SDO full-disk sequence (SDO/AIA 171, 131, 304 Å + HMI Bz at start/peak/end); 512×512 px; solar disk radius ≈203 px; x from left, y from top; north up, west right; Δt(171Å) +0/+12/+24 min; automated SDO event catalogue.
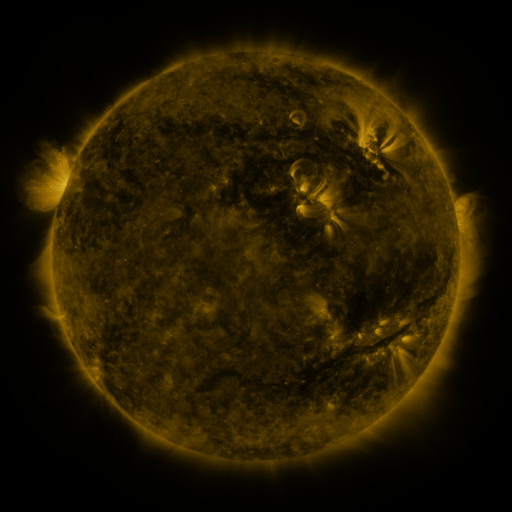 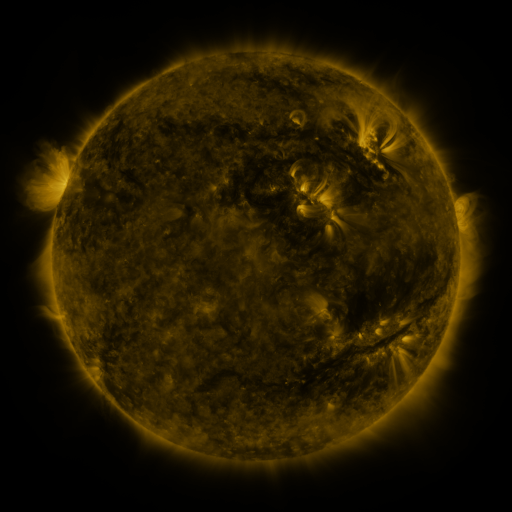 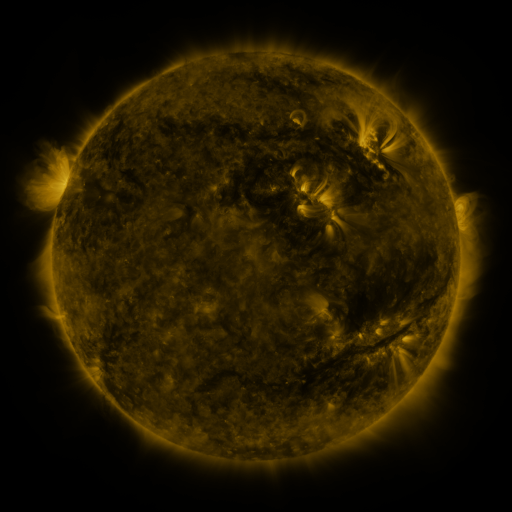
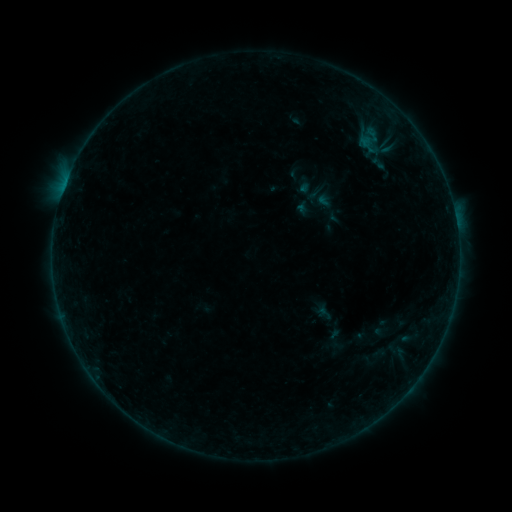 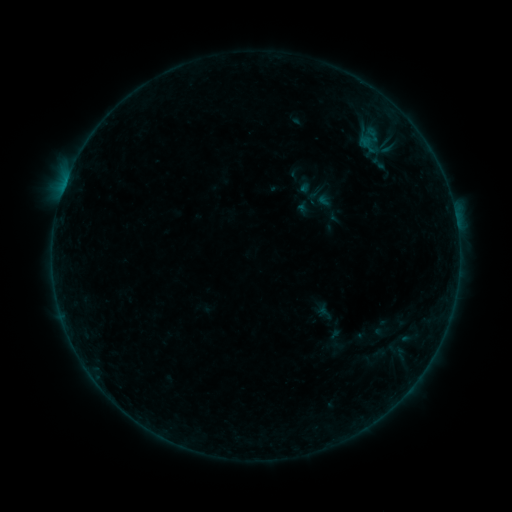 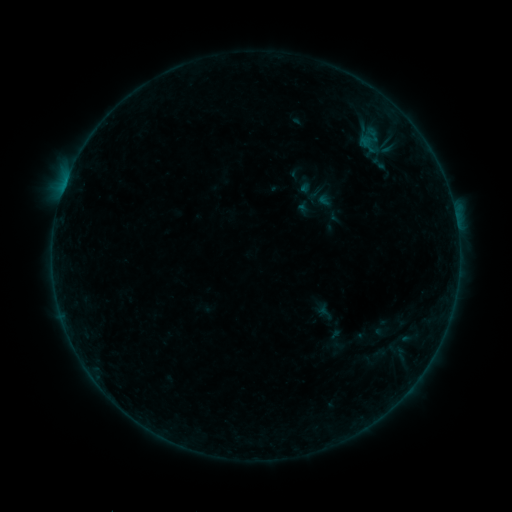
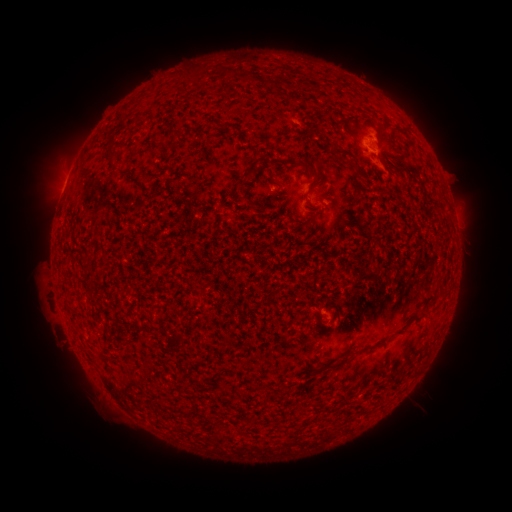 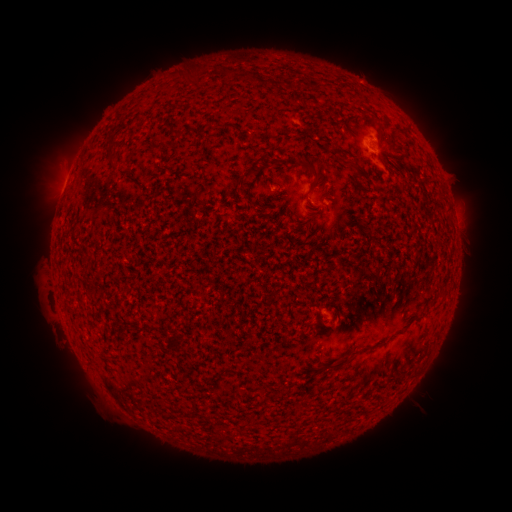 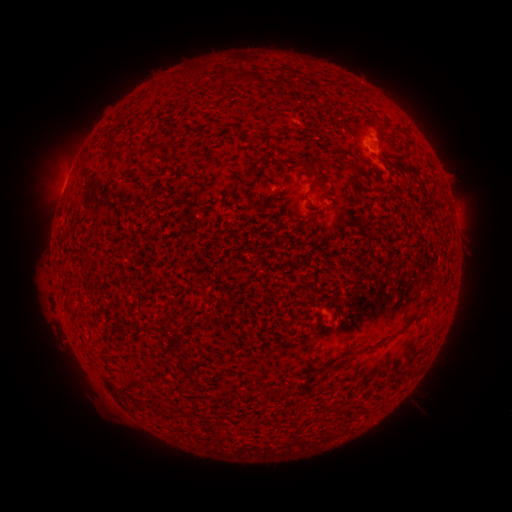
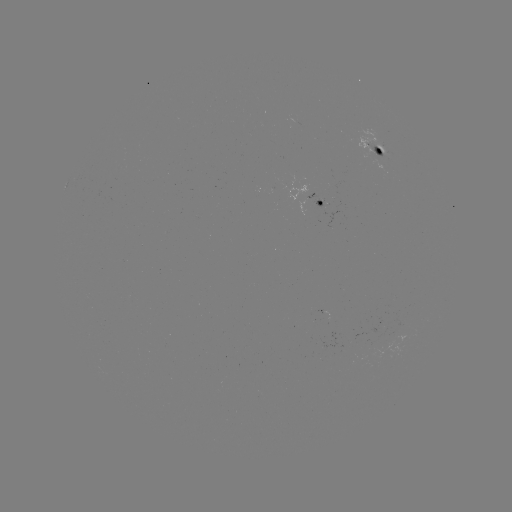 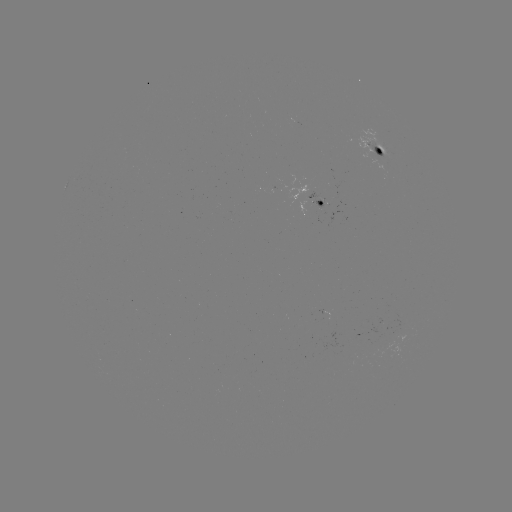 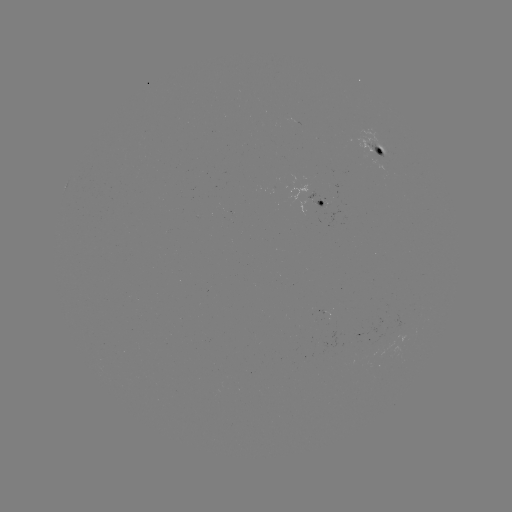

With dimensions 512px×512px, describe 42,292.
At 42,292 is eruption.